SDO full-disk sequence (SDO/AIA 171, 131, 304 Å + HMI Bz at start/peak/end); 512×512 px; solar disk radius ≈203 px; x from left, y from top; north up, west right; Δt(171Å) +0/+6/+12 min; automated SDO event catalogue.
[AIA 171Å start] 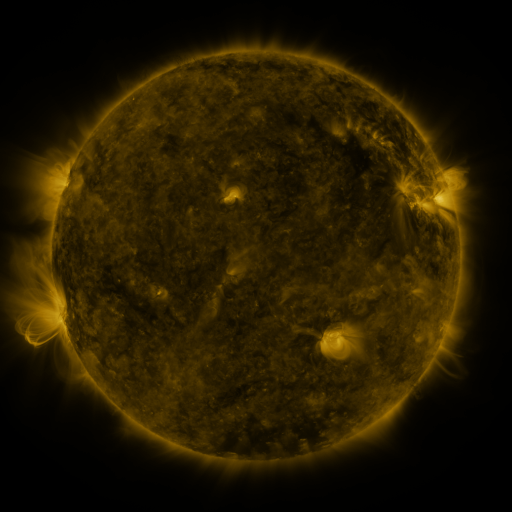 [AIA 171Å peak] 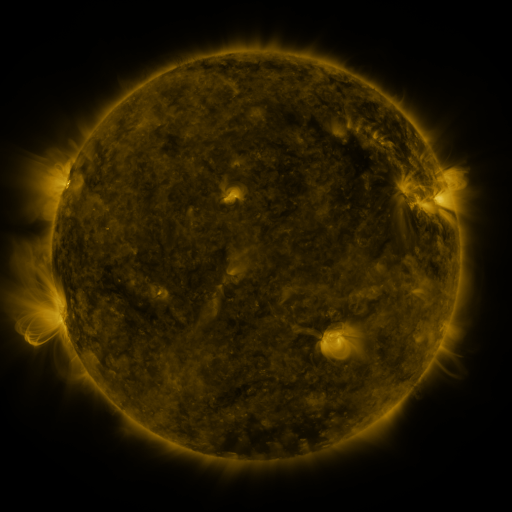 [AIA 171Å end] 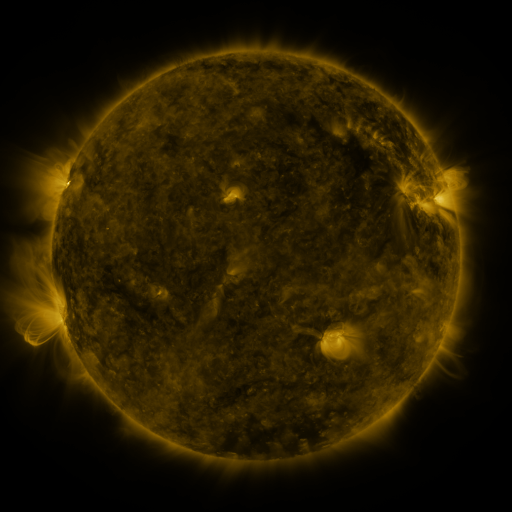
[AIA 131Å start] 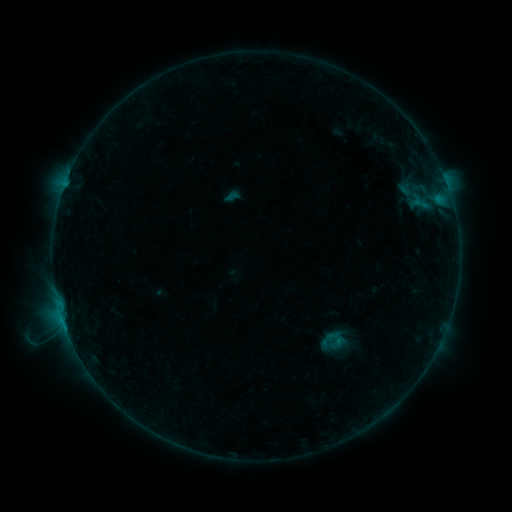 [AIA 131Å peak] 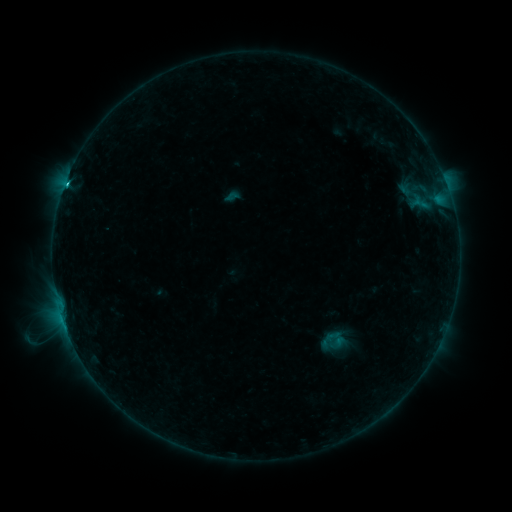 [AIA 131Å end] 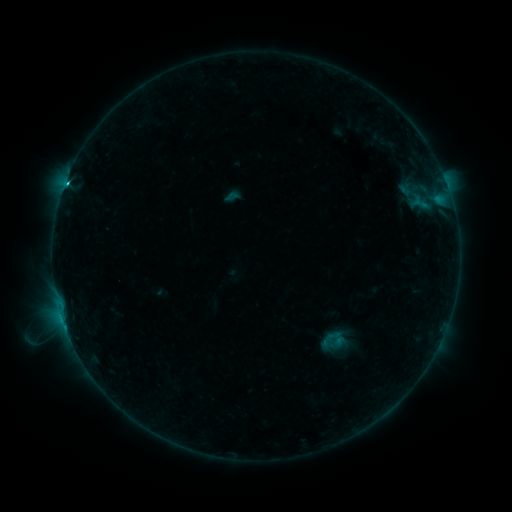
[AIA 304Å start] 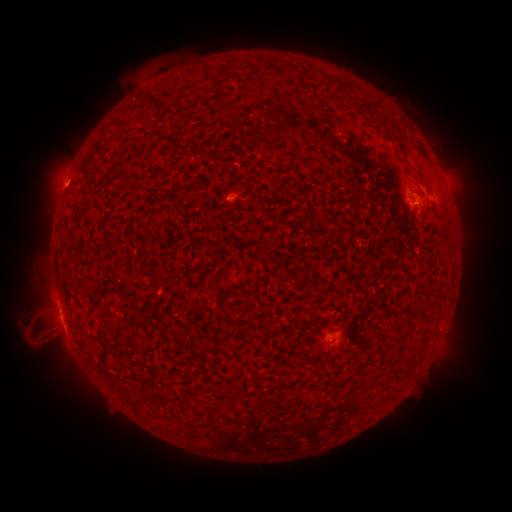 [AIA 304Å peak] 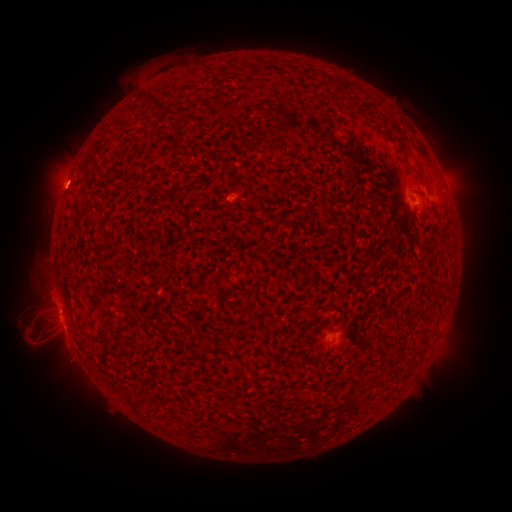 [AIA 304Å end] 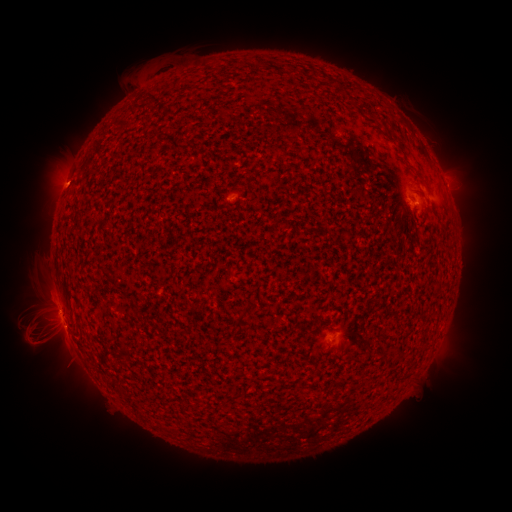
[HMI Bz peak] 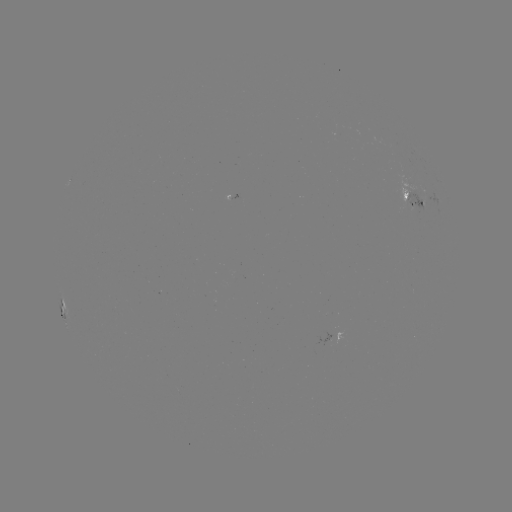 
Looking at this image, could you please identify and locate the C1.9 flare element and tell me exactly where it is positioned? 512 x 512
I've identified C1.9 flare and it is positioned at [66, 186].